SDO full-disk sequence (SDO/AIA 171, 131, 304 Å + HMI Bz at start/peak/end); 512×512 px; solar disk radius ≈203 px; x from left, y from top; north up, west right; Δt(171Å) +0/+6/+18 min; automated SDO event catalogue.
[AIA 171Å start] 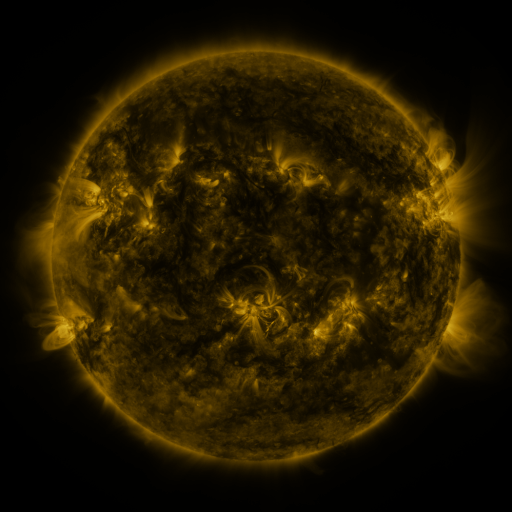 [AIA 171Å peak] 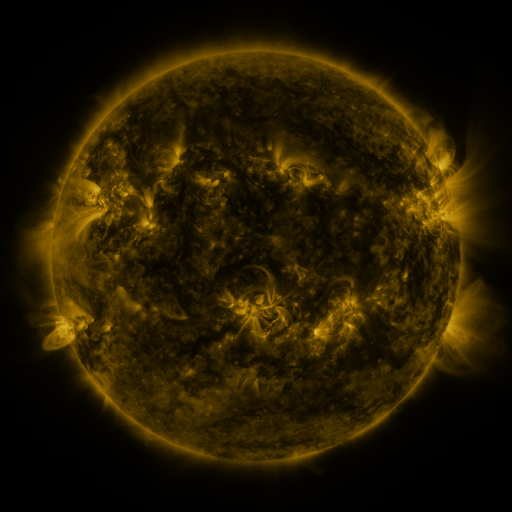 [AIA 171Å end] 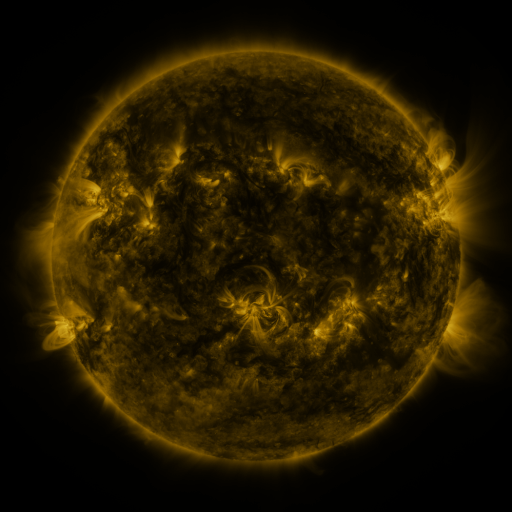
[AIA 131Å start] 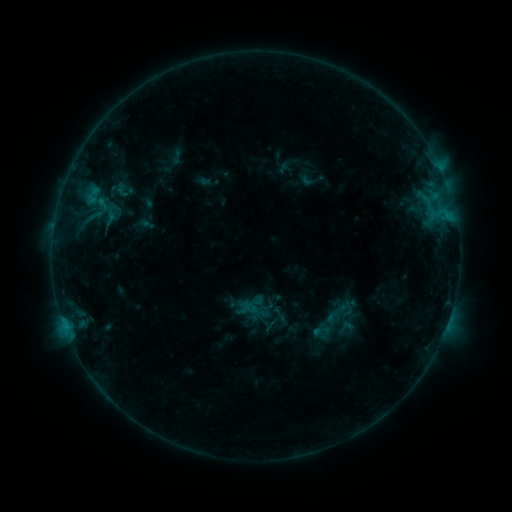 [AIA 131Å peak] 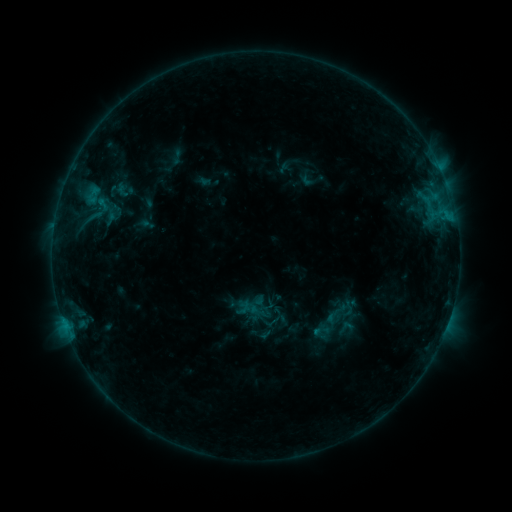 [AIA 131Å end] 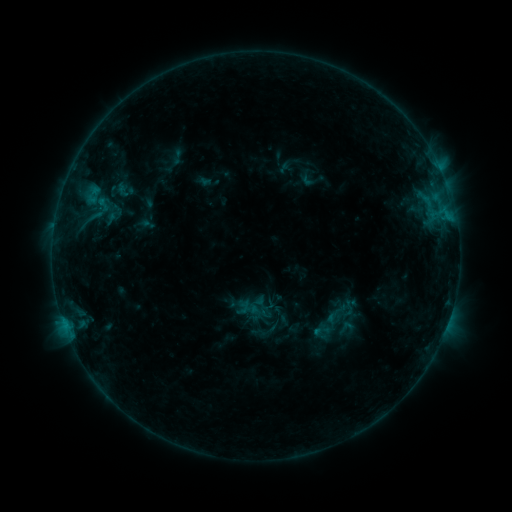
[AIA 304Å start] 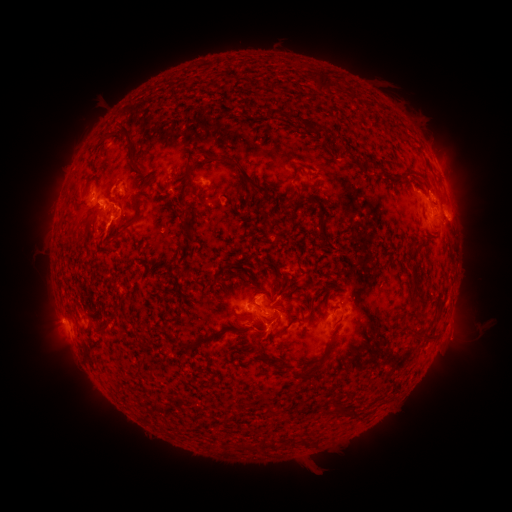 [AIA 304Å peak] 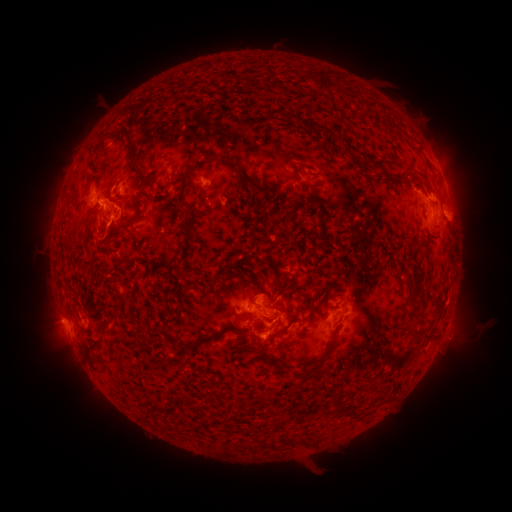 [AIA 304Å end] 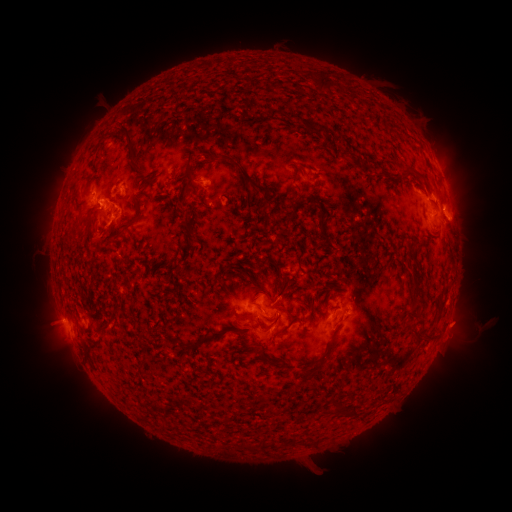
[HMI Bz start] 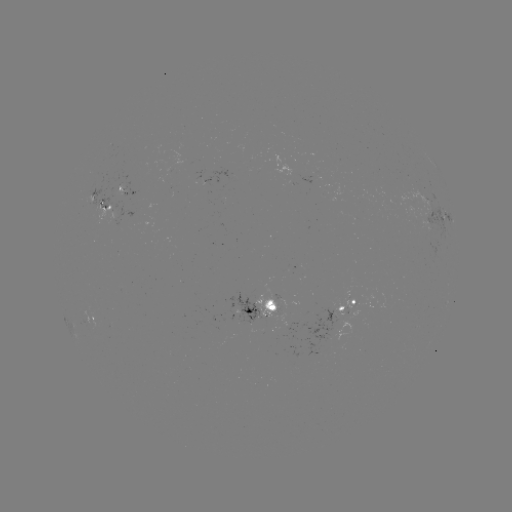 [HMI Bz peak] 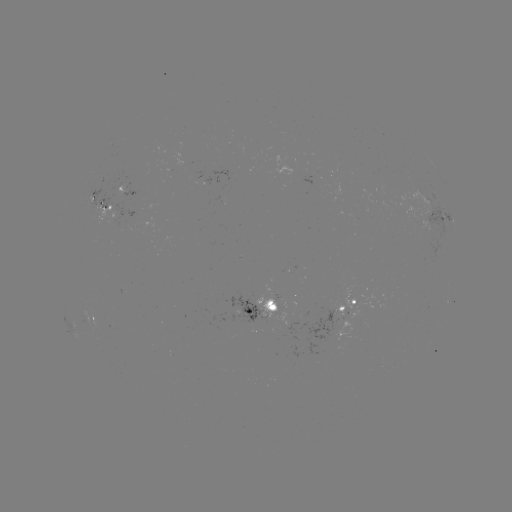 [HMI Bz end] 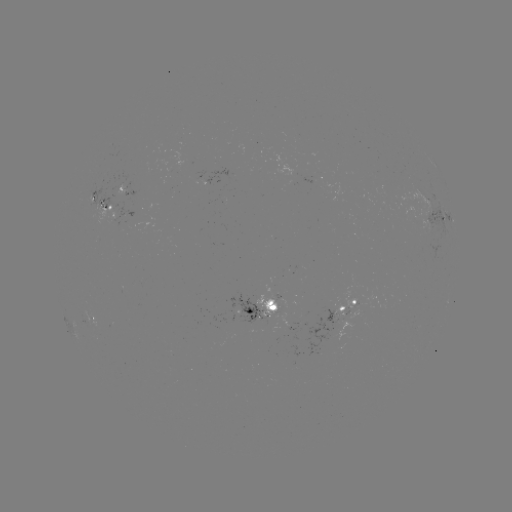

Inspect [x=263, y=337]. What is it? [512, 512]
eruption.